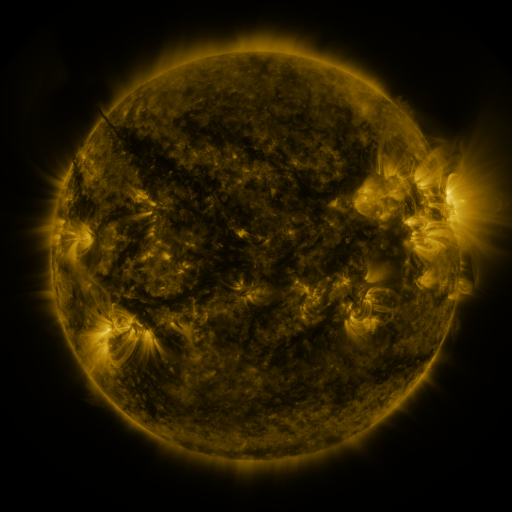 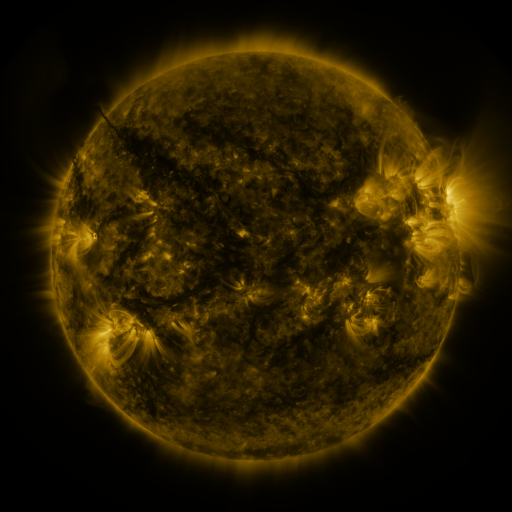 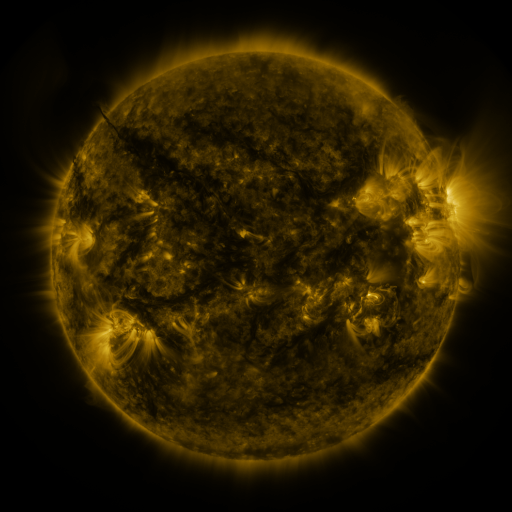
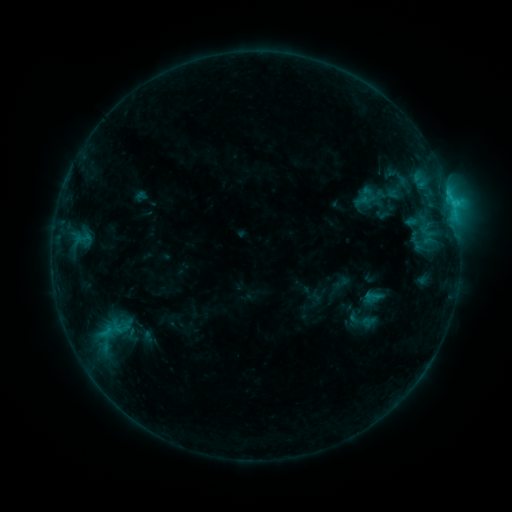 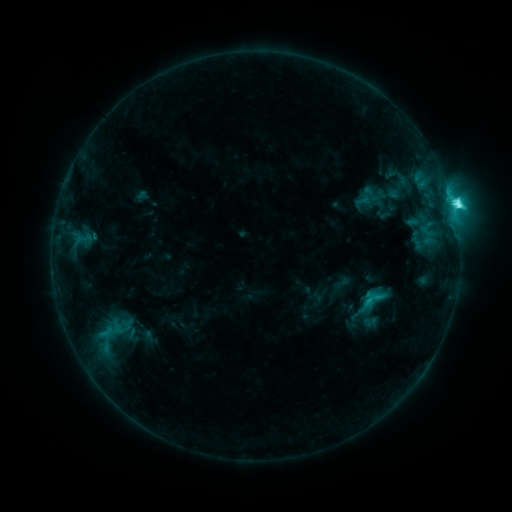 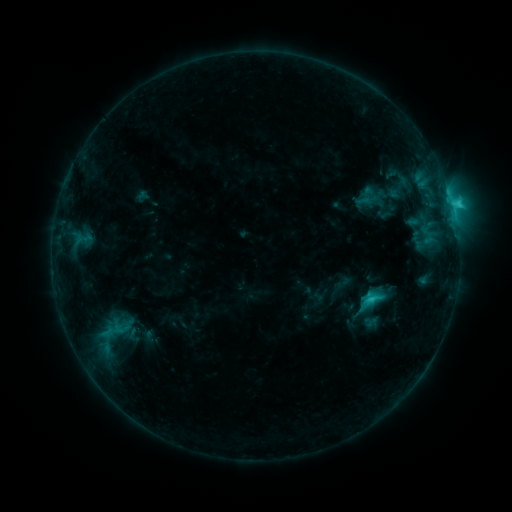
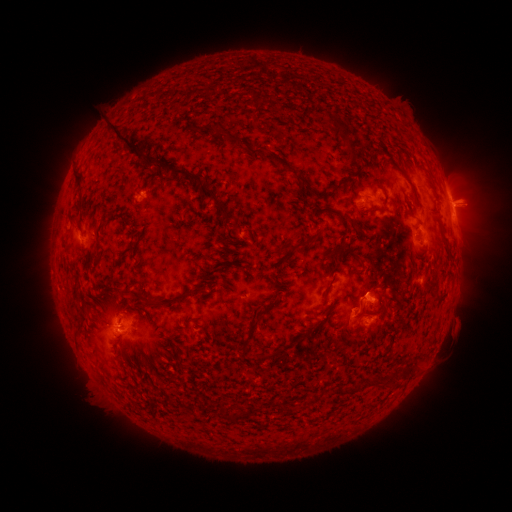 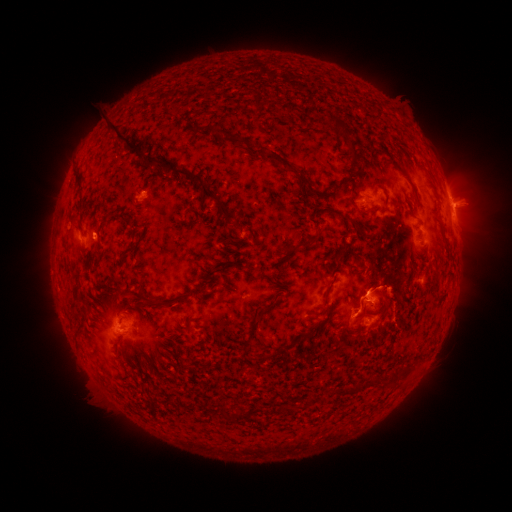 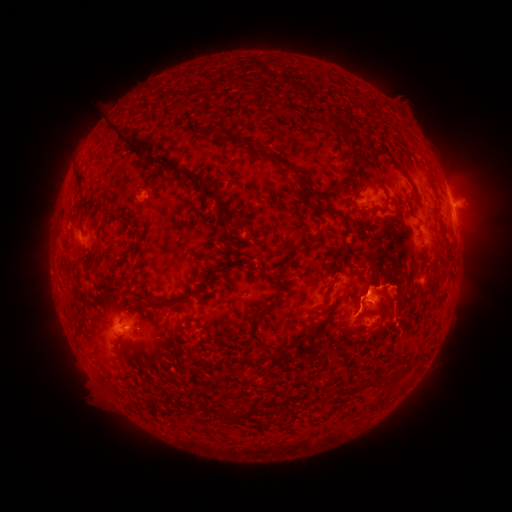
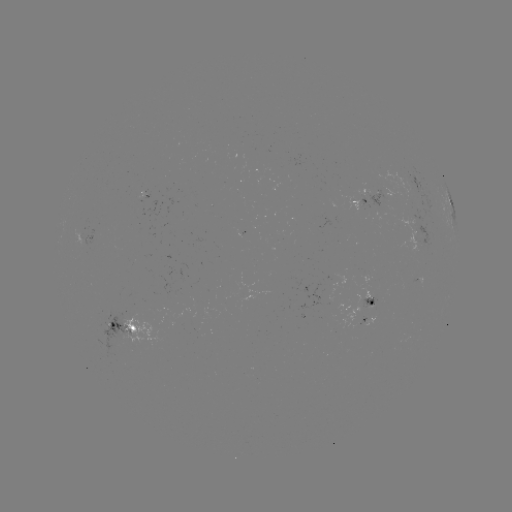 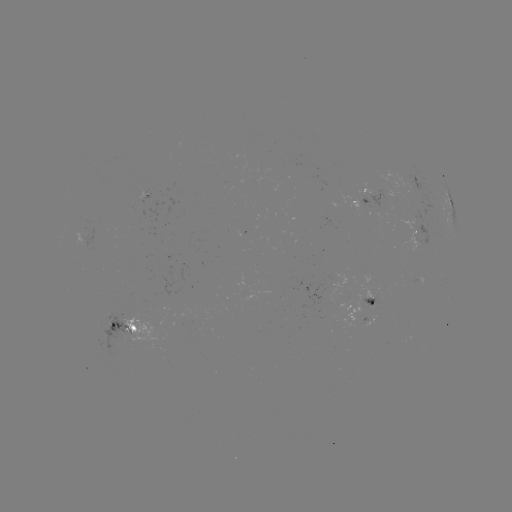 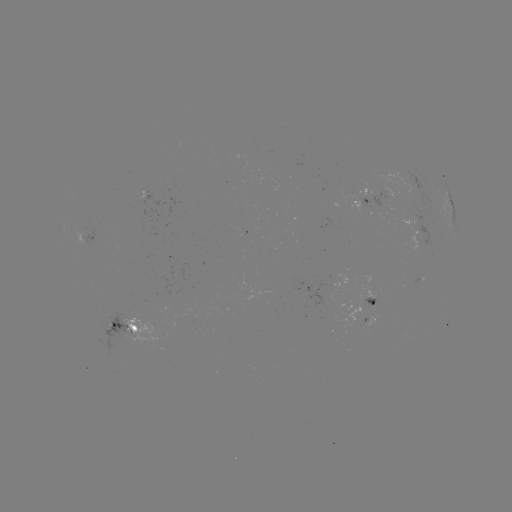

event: flare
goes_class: C5.9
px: (367, 300)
